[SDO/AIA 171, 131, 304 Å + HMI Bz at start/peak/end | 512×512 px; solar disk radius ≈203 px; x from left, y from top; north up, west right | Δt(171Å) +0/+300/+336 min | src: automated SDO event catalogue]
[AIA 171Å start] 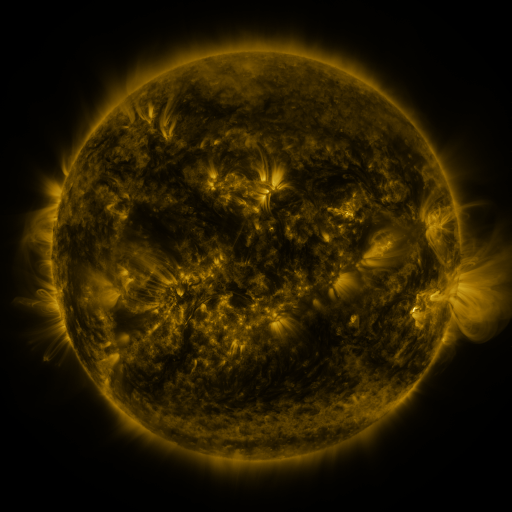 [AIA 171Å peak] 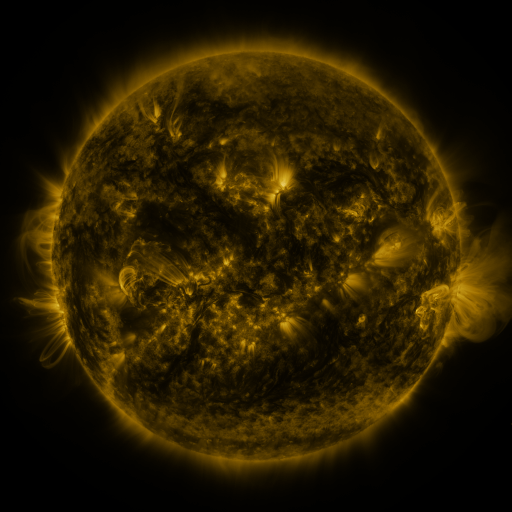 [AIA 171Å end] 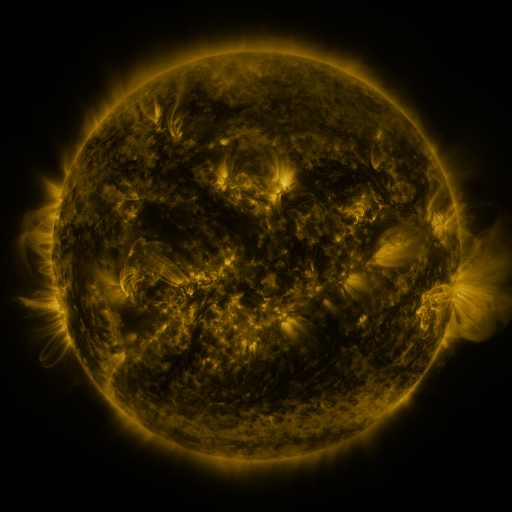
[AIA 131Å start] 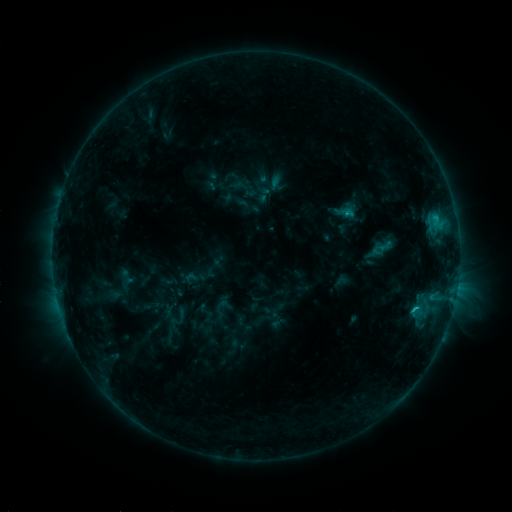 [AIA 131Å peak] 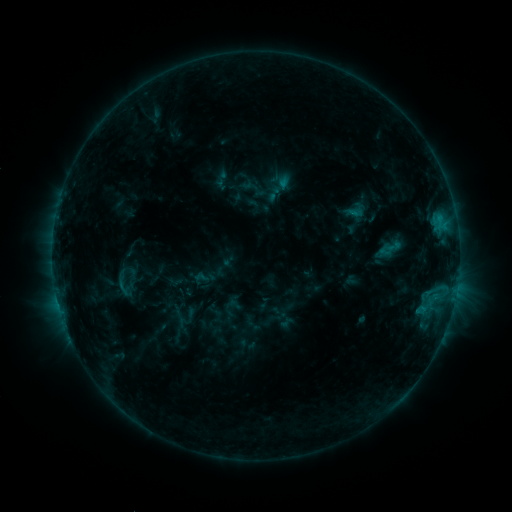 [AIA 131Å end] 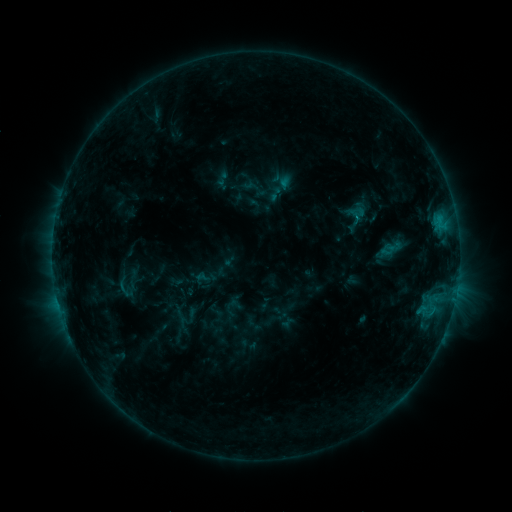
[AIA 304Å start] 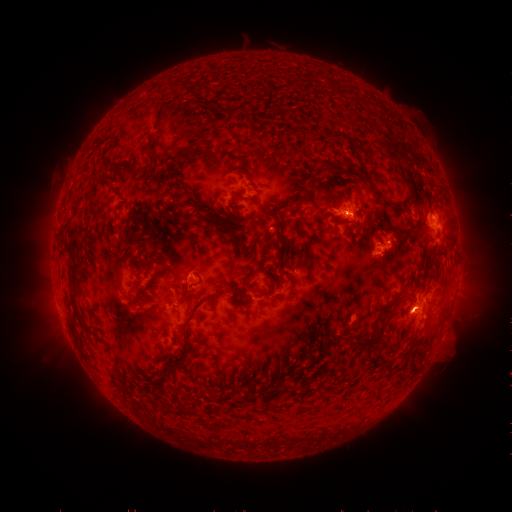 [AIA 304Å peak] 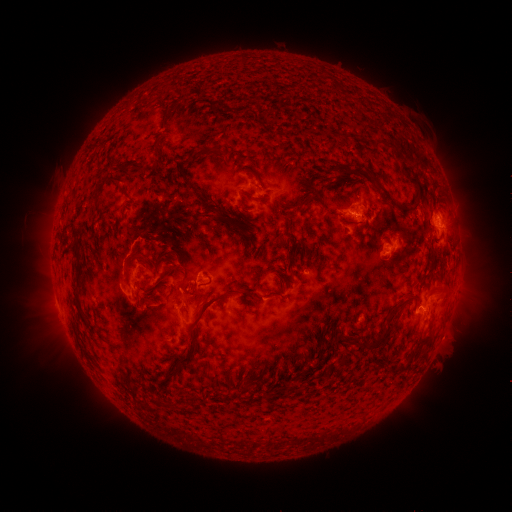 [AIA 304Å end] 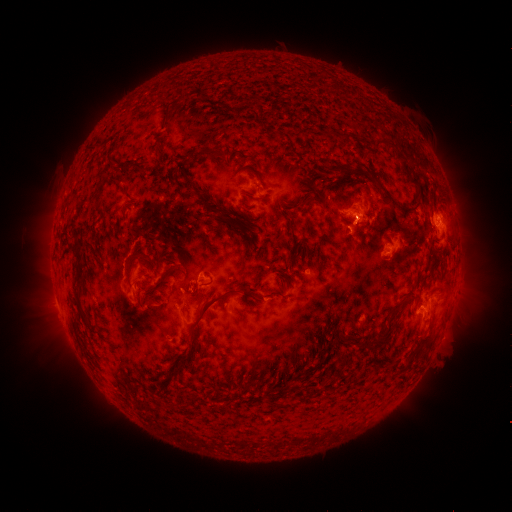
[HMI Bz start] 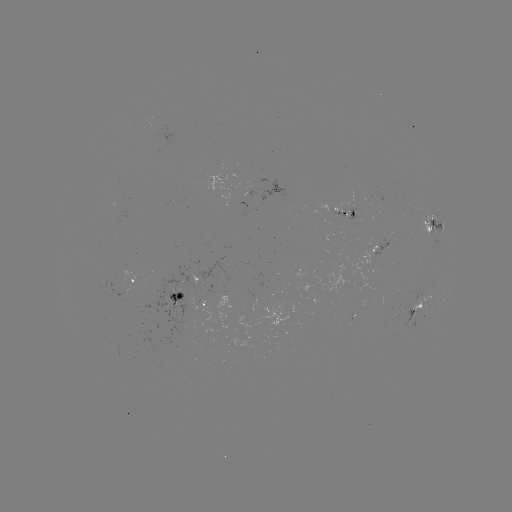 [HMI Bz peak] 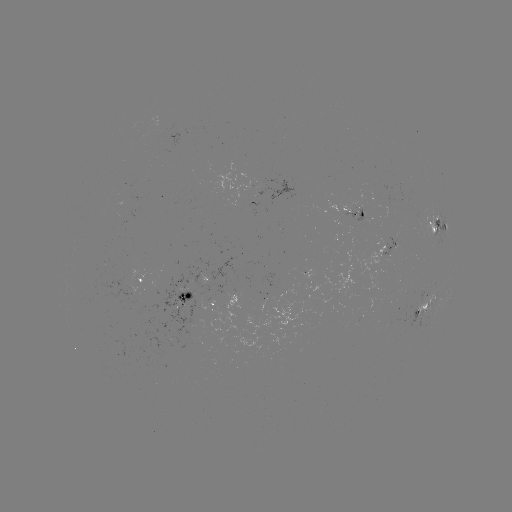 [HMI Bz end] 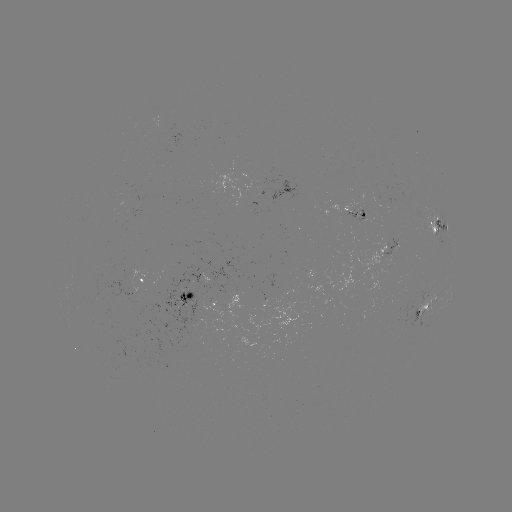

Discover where emerging-flux region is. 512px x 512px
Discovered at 358,213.